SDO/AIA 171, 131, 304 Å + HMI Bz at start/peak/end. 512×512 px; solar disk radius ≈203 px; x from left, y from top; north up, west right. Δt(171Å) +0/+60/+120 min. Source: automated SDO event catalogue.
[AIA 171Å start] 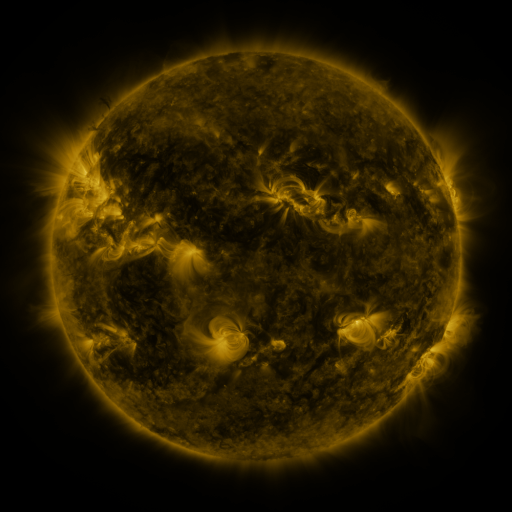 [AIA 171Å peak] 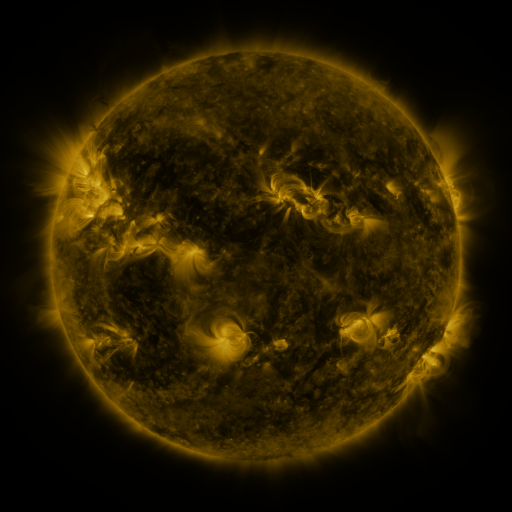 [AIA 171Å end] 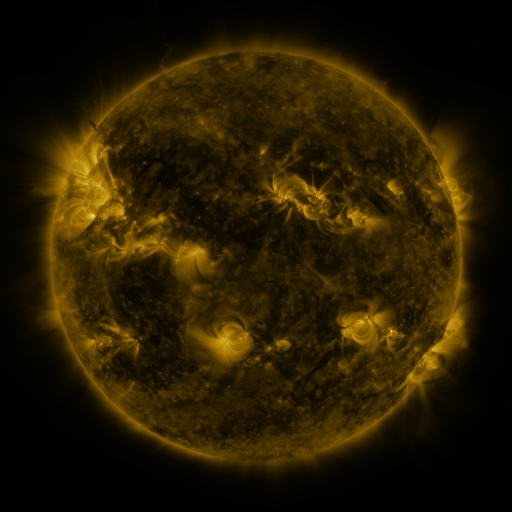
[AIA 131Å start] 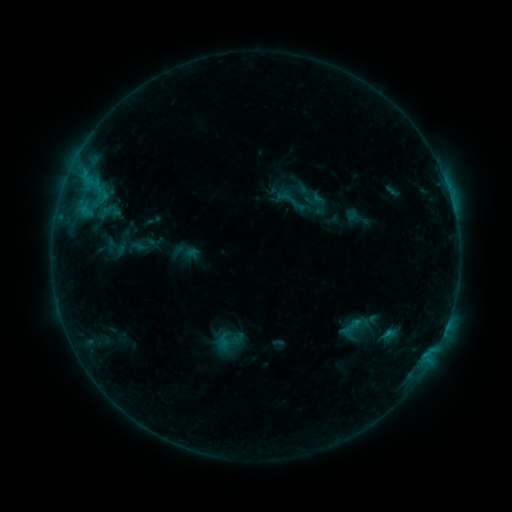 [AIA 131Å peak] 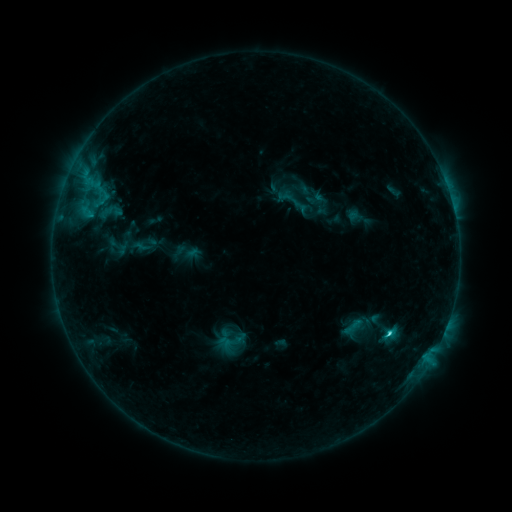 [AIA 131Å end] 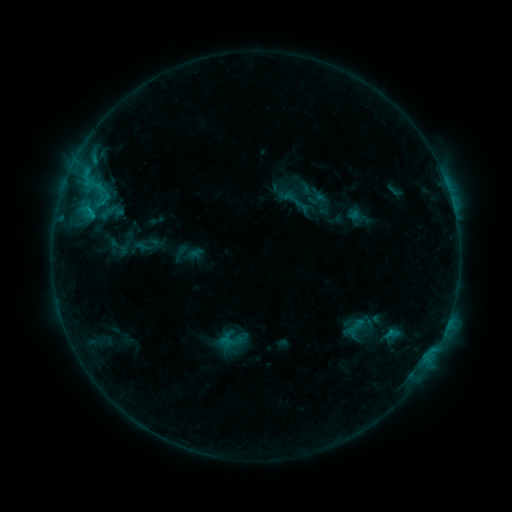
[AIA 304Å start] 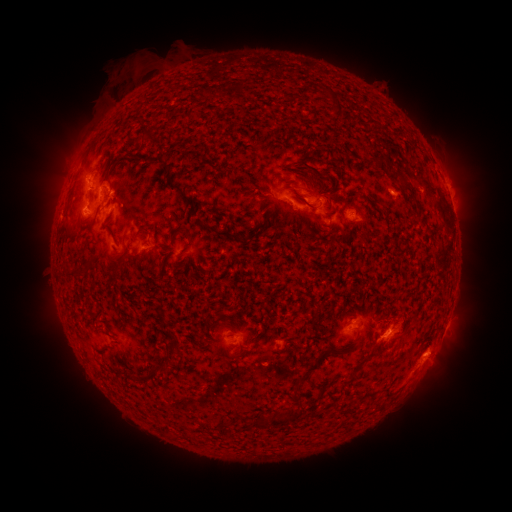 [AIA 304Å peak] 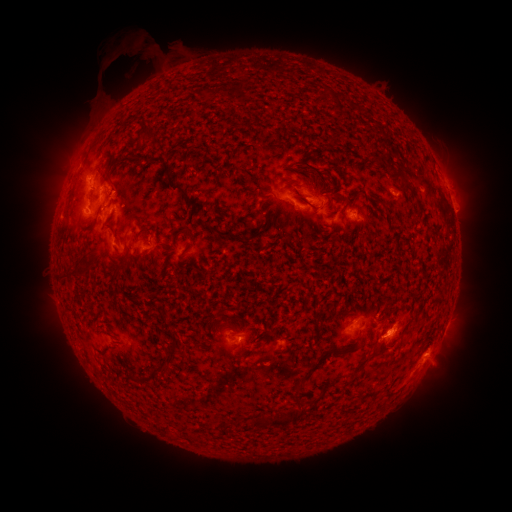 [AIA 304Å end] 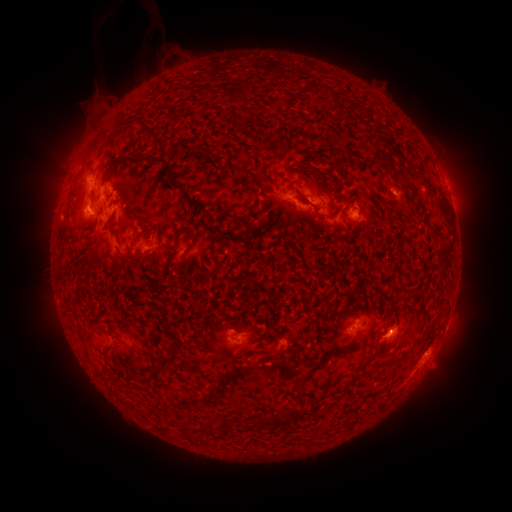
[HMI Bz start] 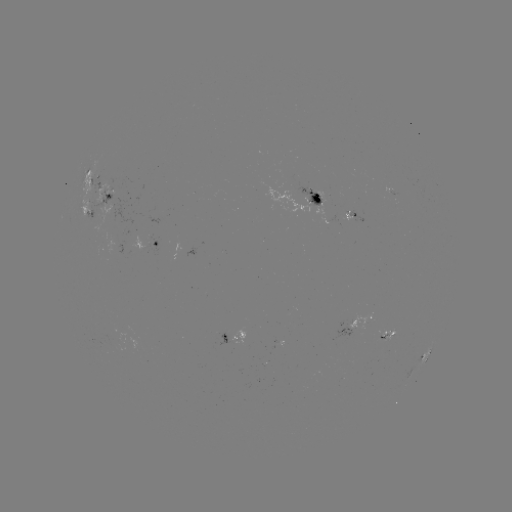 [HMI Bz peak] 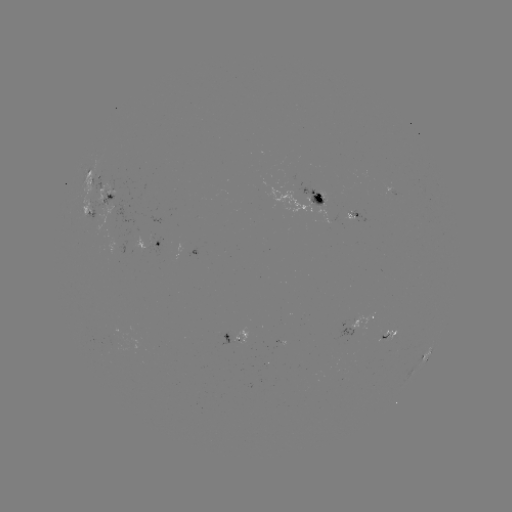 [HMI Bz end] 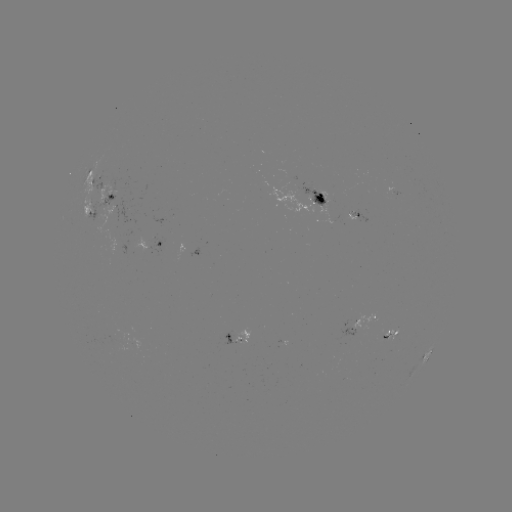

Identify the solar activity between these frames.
filament eruption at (128, 65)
